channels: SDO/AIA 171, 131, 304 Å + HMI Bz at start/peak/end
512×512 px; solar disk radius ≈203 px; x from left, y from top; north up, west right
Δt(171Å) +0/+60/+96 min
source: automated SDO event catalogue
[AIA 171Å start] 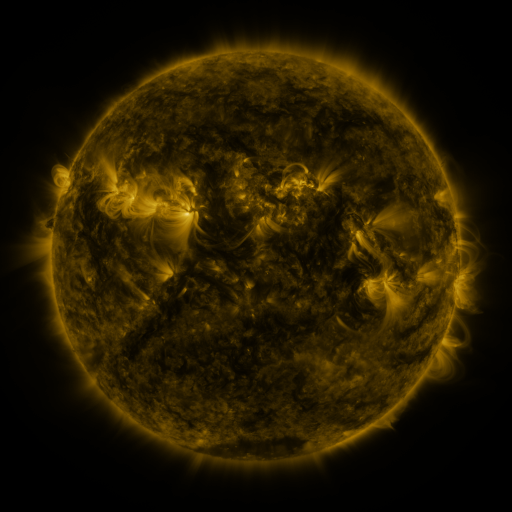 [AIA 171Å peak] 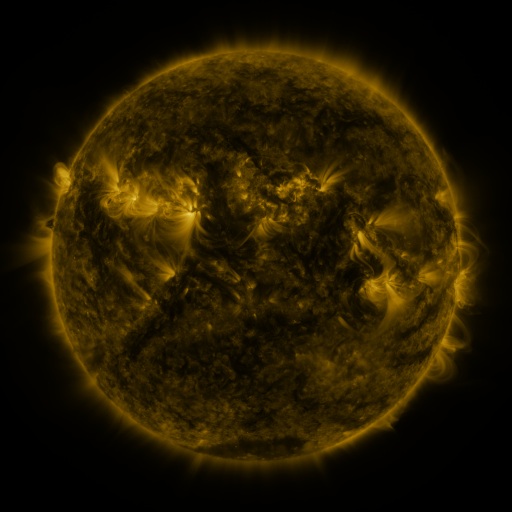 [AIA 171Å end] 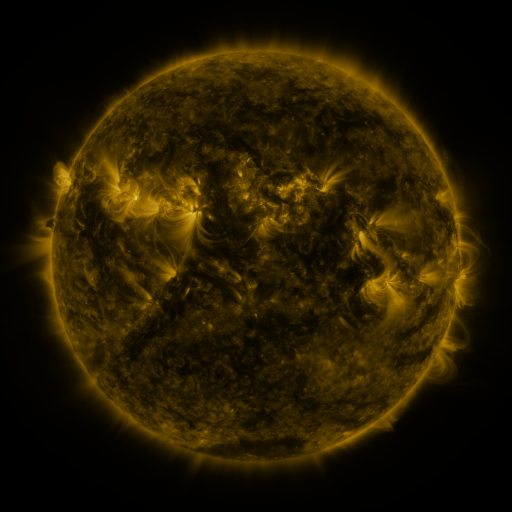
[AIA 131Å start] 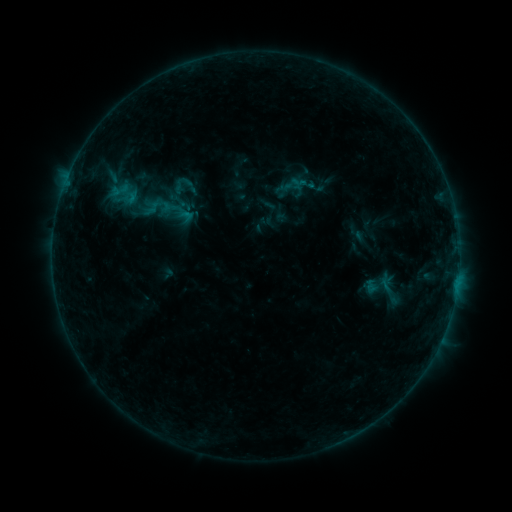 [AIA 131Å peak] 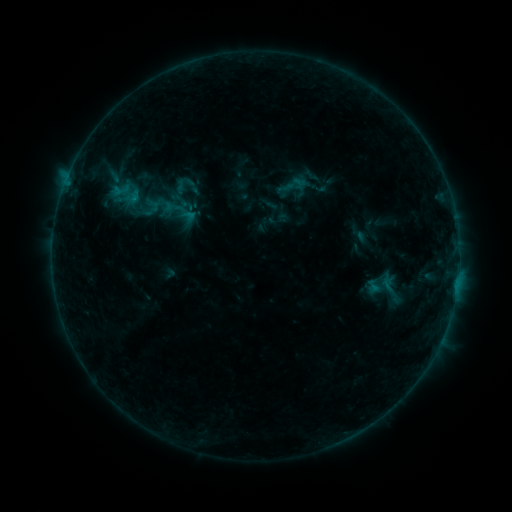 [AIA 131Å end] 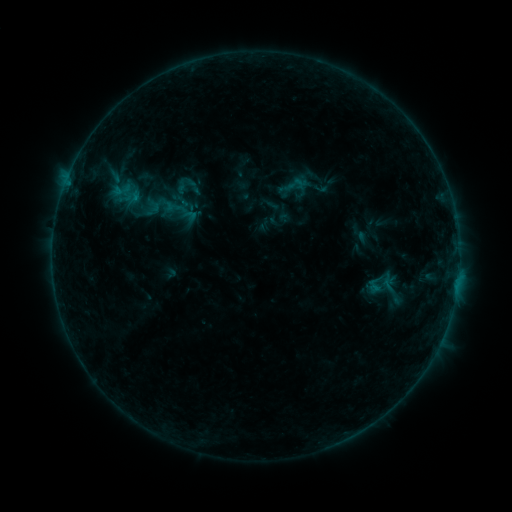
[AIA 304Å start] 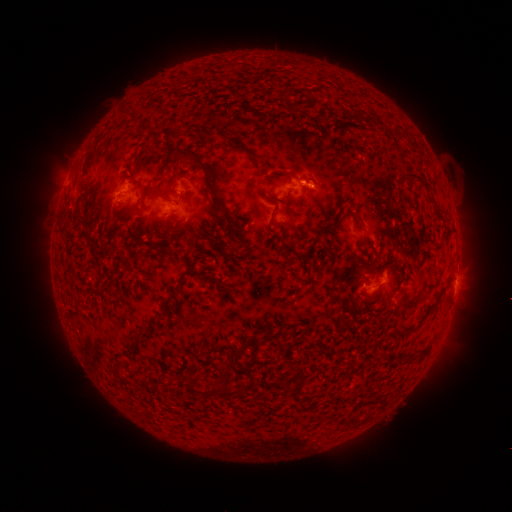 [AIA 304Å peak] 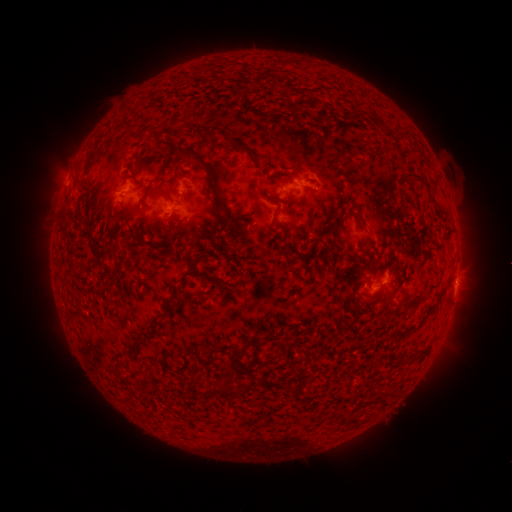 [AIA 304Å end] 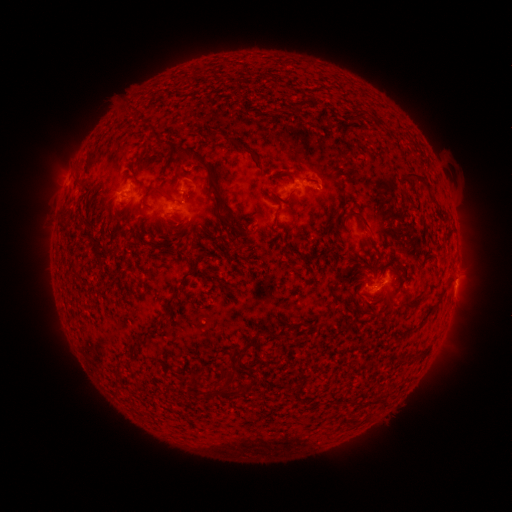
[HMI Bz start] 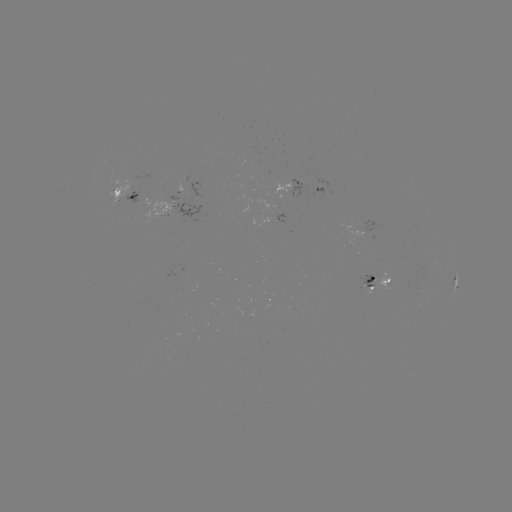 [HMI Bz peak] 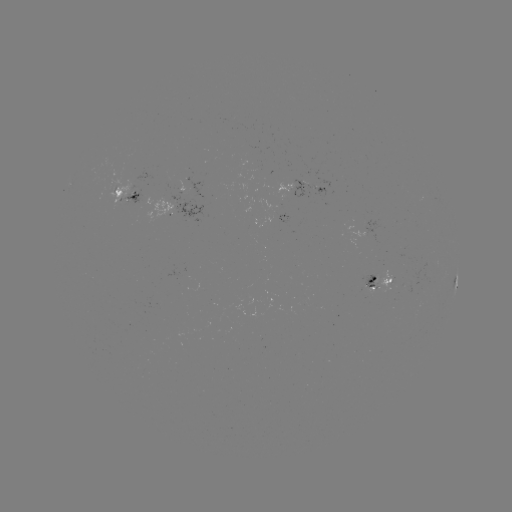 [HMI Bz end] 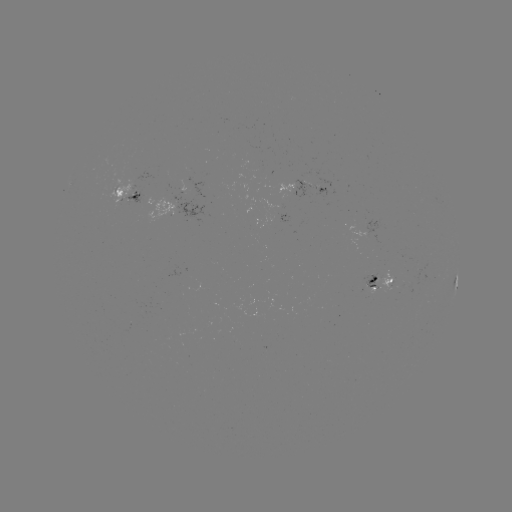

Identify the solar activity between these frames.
emerging-flux region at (117, 191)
